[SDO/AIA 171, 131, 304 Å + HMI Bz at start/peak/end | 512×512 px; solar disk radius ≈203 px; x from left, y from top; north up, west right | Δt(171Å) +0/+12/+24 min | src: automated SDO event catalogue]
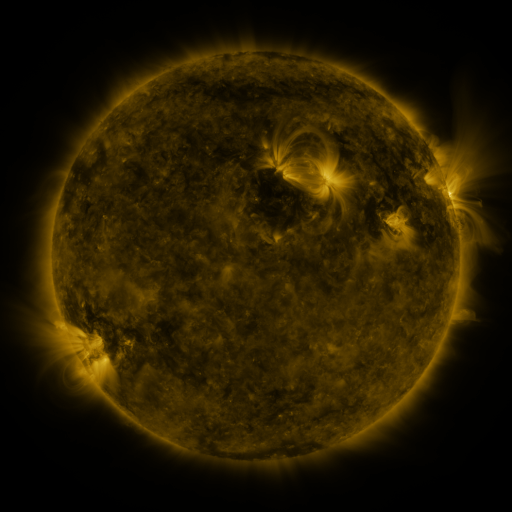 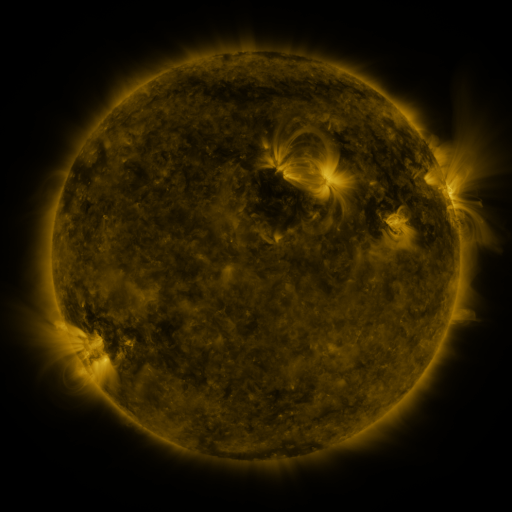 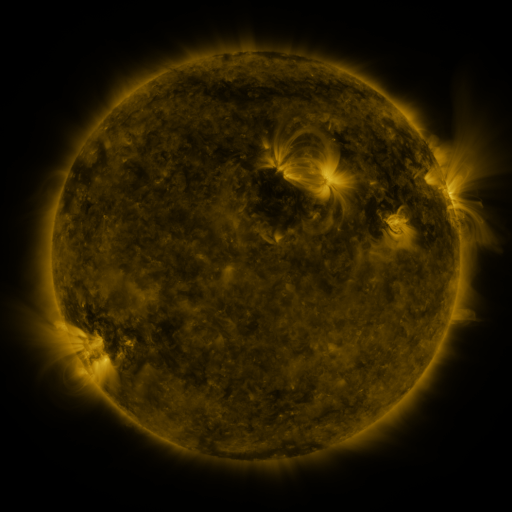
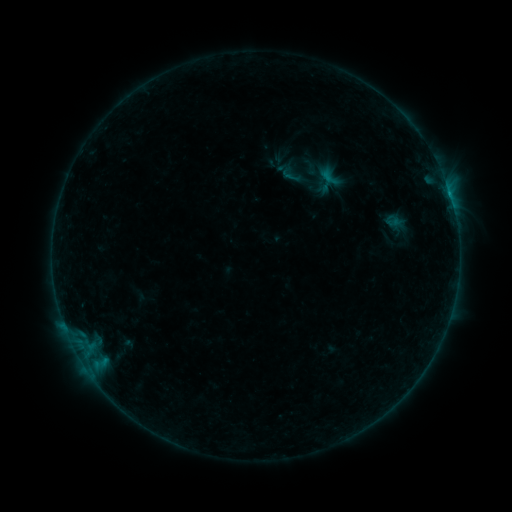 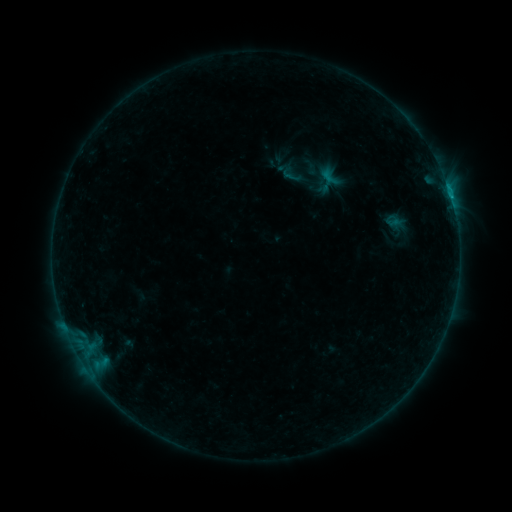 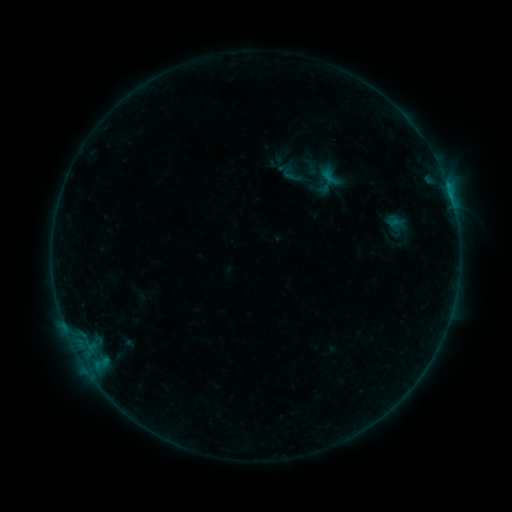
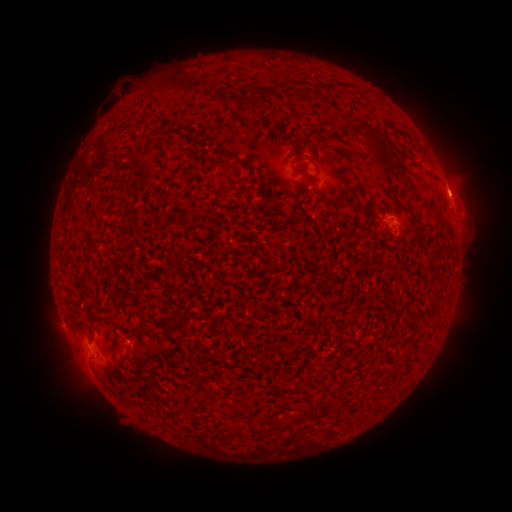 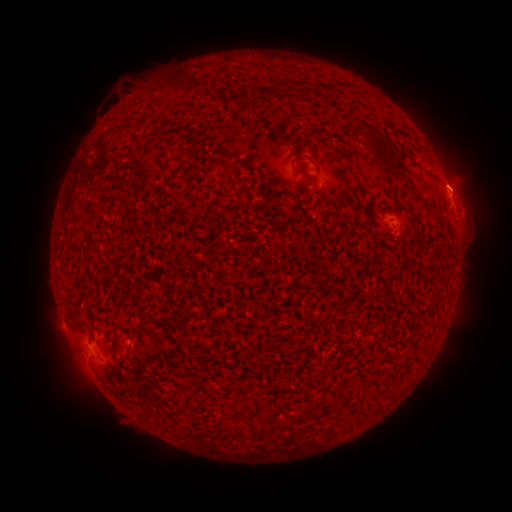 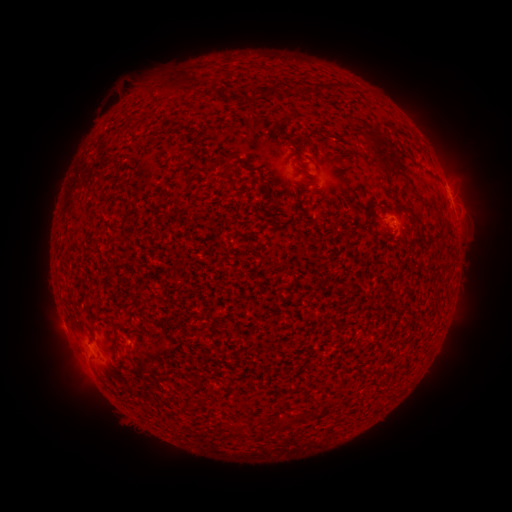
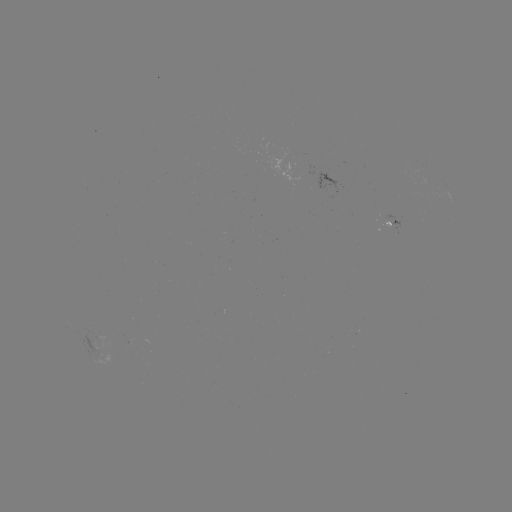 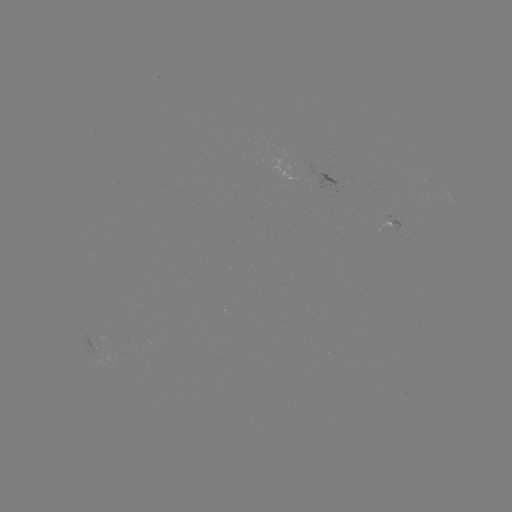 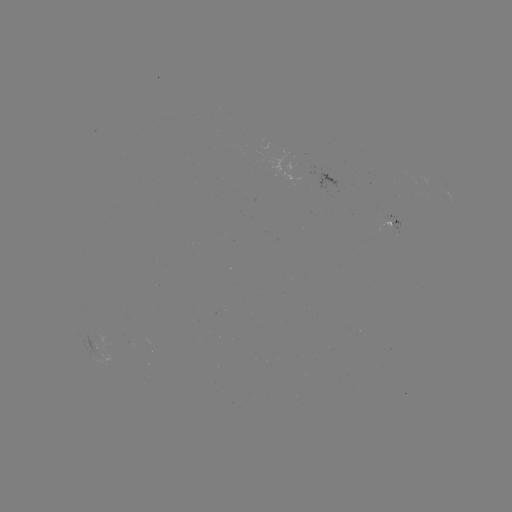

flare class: B3.0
